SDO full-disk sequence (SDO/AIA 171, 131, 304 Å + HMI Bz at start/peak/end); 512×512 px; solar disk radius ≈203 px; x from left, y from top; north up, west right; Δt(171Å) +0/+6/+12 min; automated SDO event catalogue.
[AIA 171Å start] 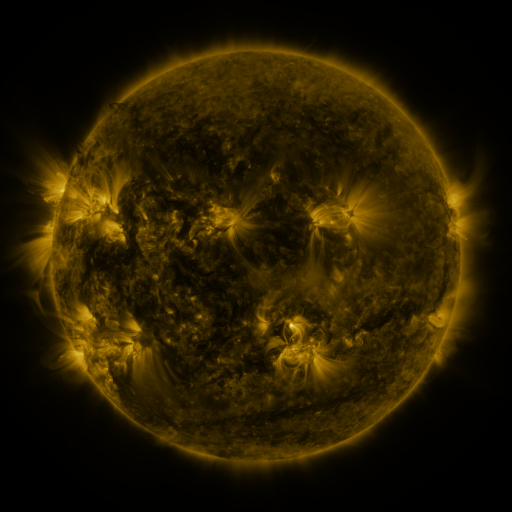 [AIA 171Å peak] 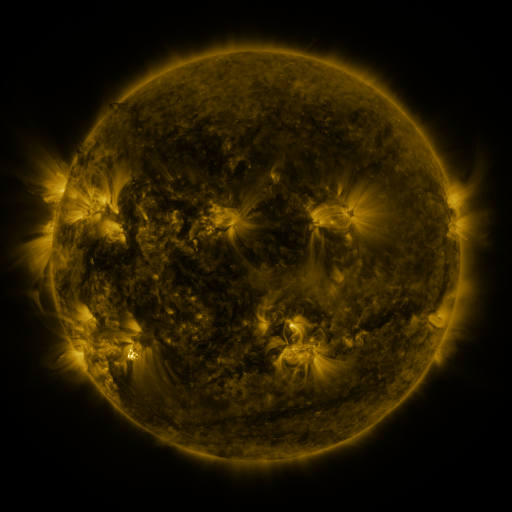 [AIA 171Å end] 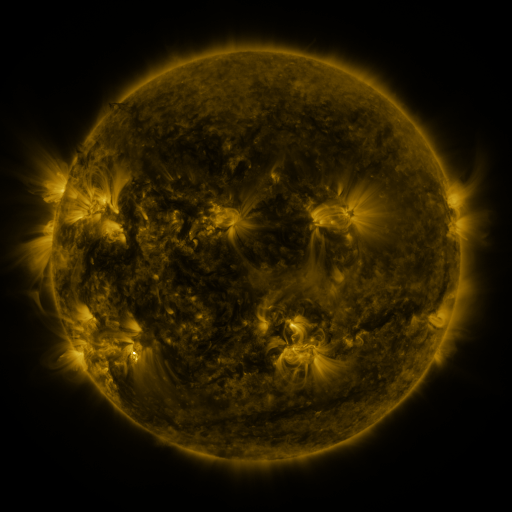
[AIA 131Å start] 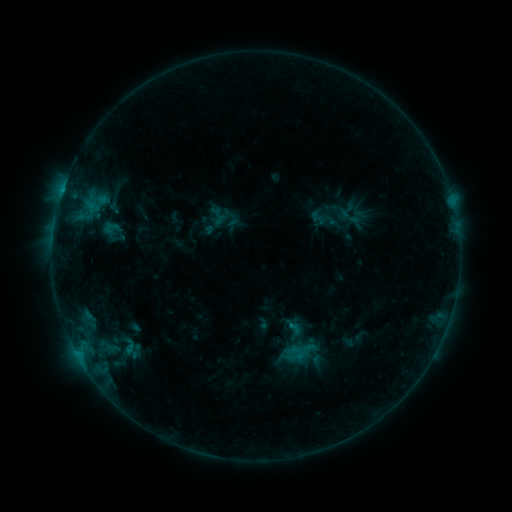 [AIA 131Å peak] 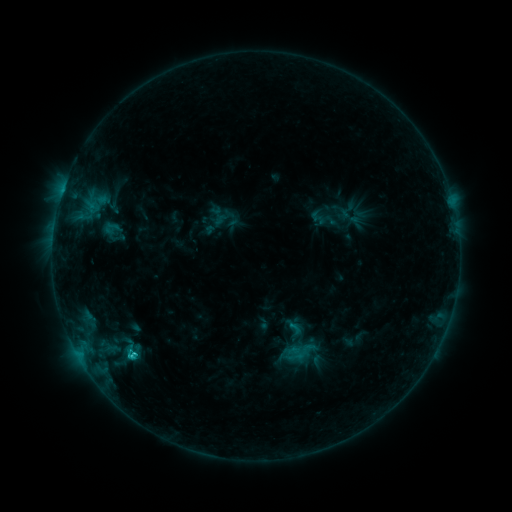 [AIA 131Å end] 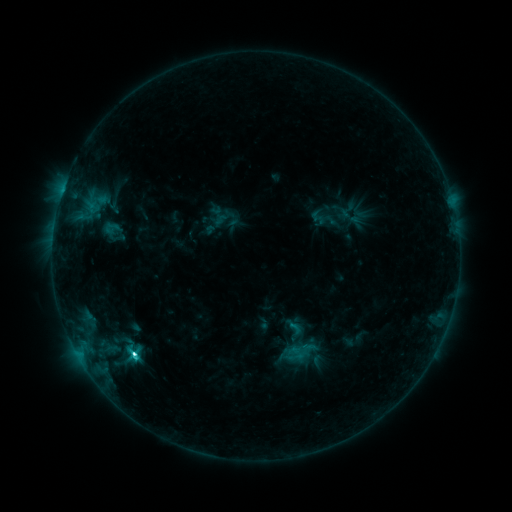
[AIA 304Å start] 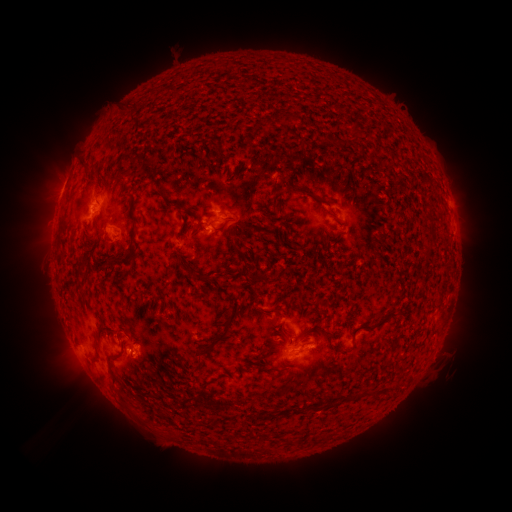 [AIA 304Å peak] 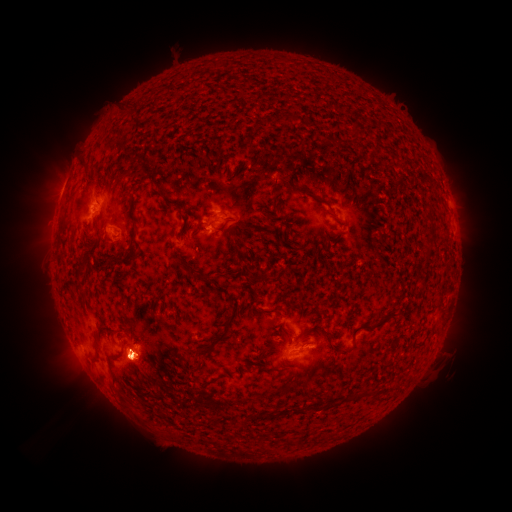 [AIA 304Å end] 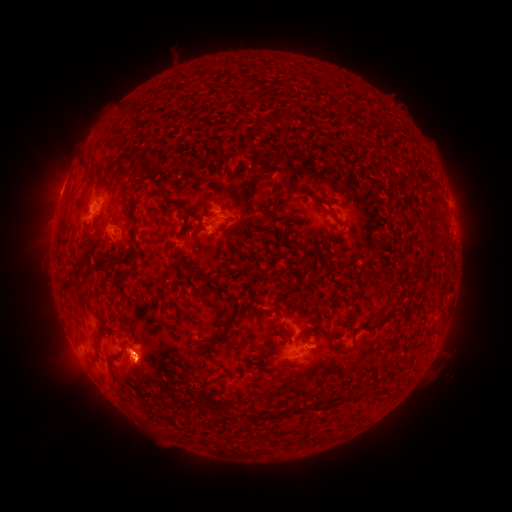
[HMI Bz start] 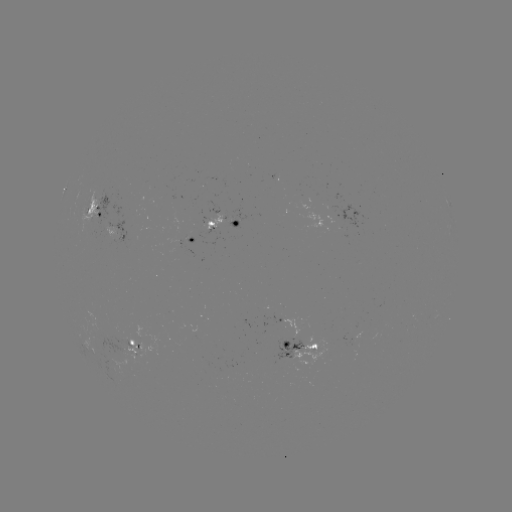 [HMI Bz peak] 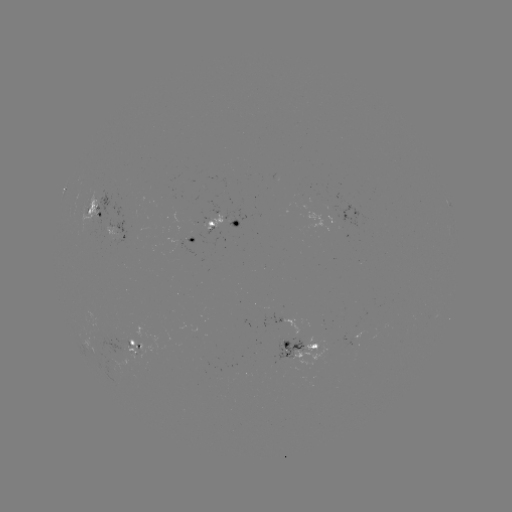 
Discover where C3.4 flare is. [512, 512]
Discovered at [133, 352].